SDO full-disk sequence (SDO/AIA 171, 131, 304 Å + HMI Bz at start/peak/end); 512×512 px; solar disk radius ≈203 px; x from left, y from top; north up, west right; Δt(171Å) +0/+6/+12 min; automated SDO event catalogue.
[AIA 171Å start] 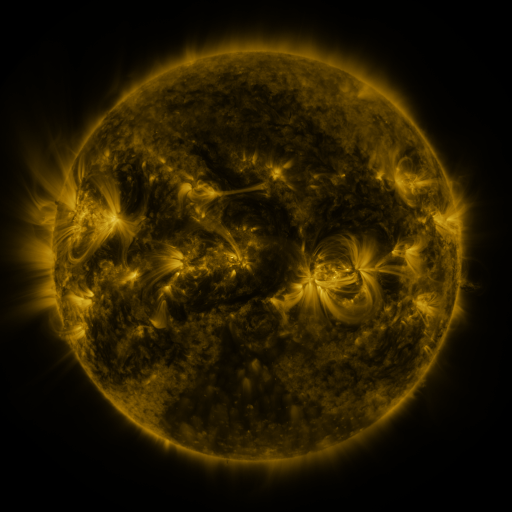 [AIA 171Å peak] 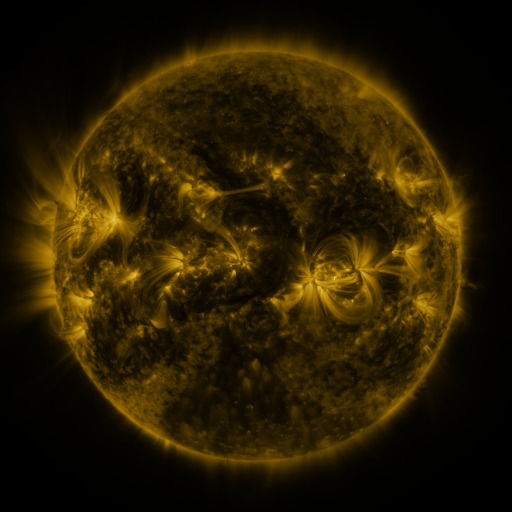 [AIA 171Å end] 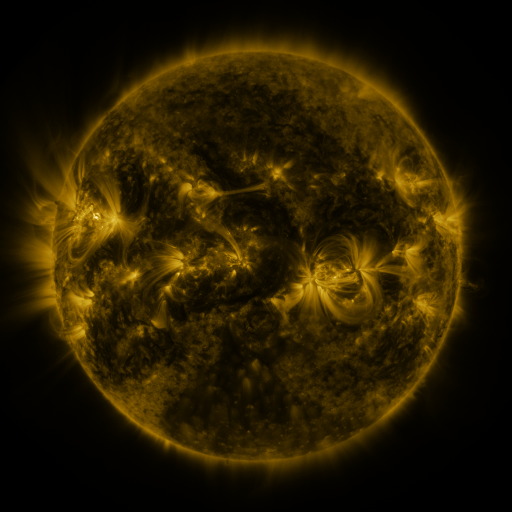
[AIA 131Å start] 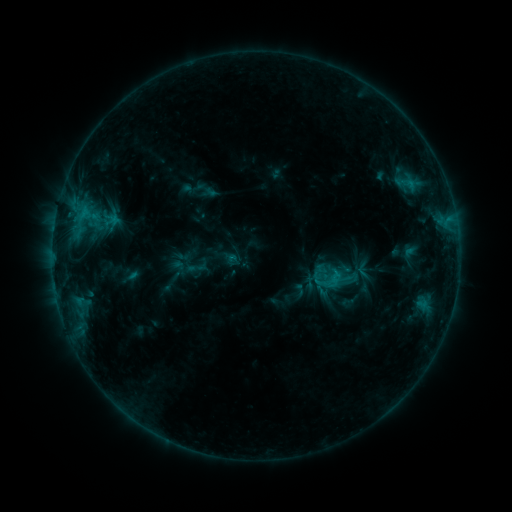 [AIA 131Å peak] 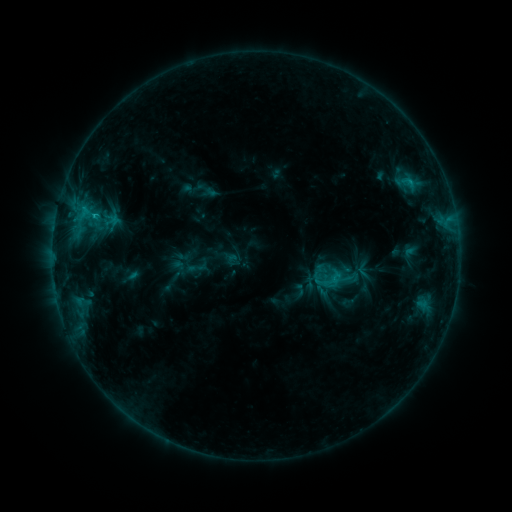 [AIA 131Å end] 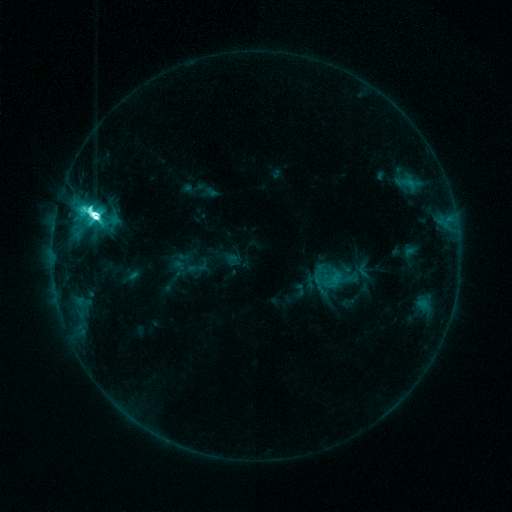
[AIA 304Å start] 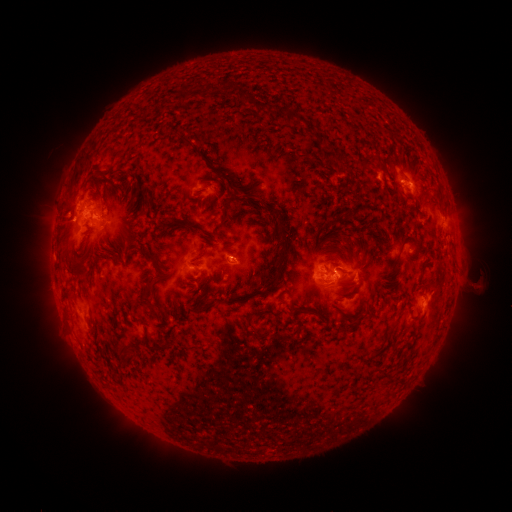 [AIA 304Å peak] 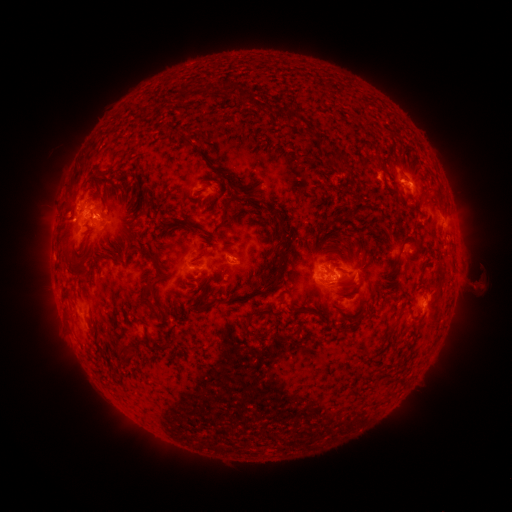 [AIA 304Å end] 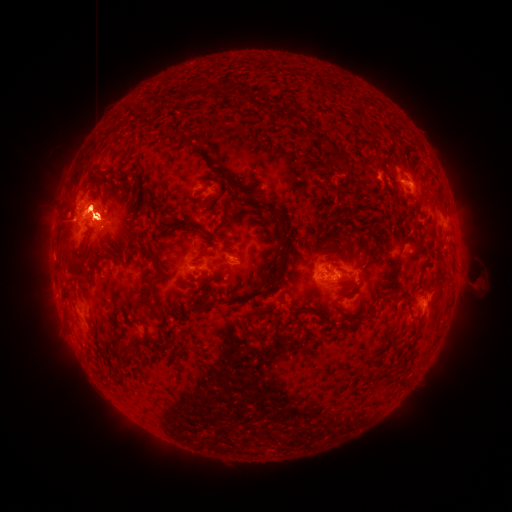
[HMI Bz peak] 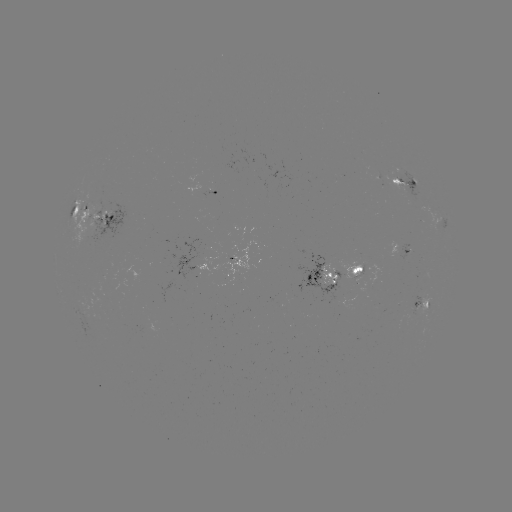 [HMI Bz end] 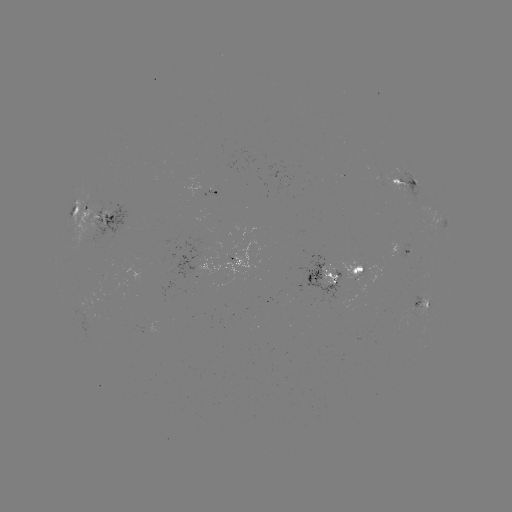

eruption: (53, 182, 131, 265)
